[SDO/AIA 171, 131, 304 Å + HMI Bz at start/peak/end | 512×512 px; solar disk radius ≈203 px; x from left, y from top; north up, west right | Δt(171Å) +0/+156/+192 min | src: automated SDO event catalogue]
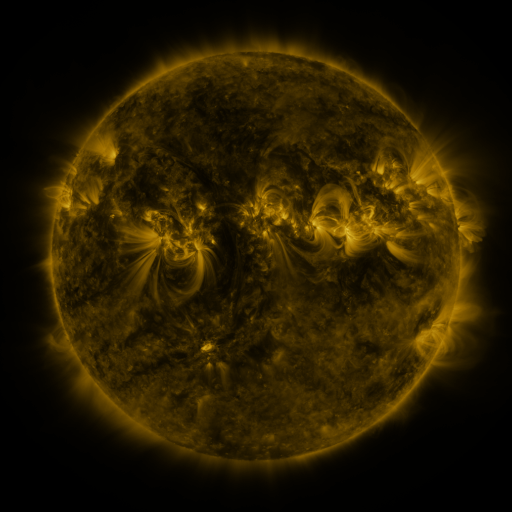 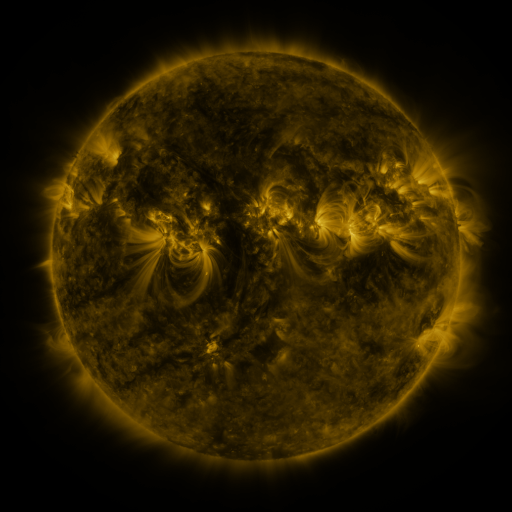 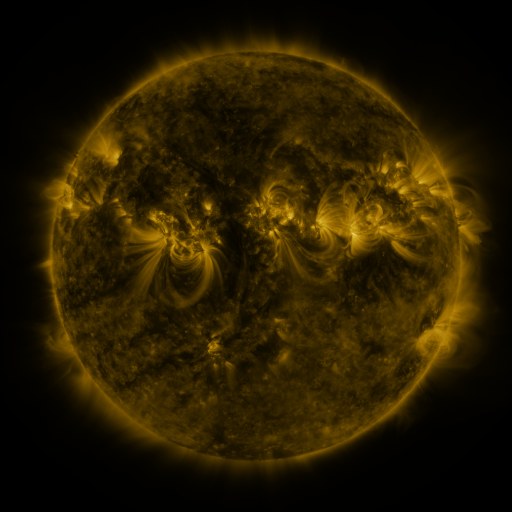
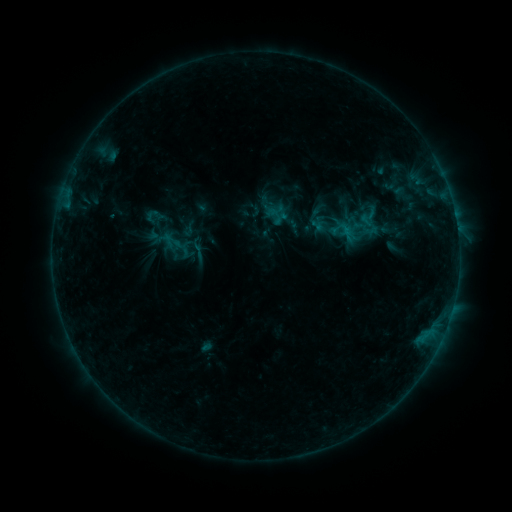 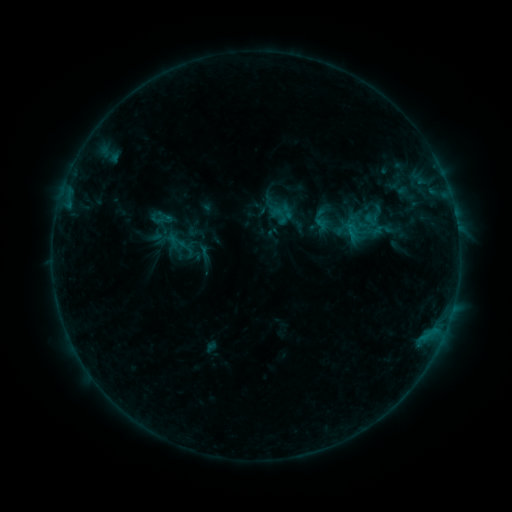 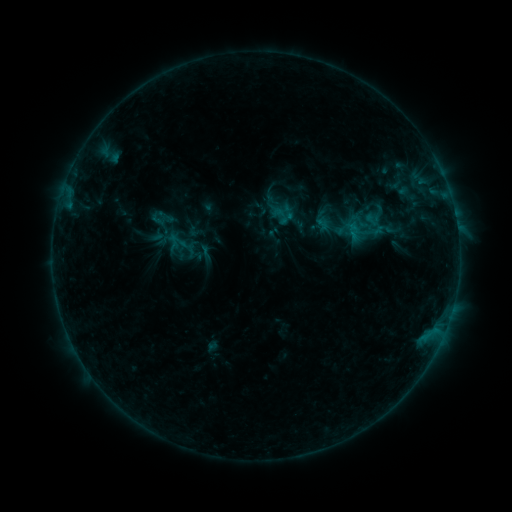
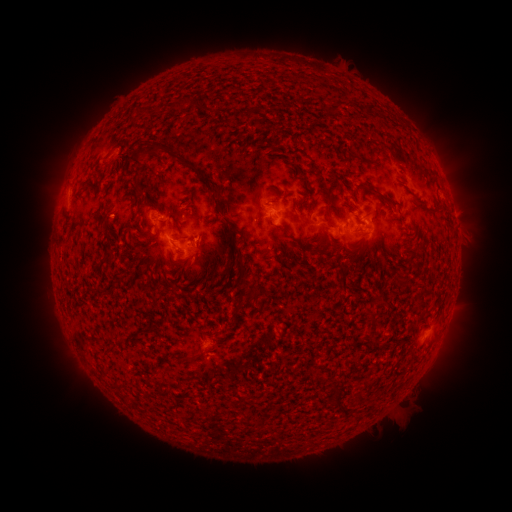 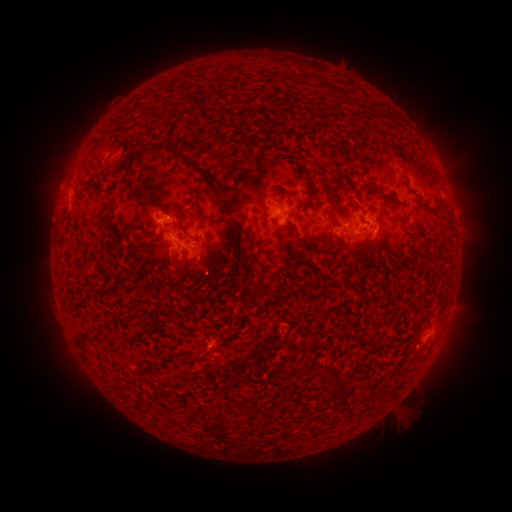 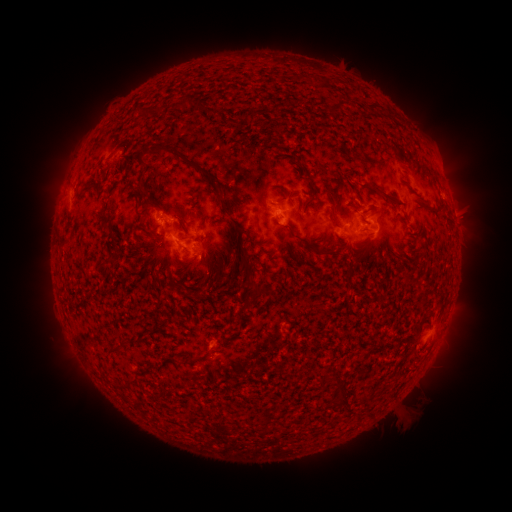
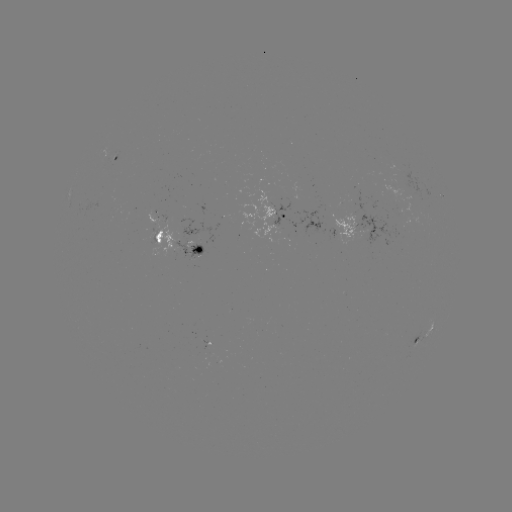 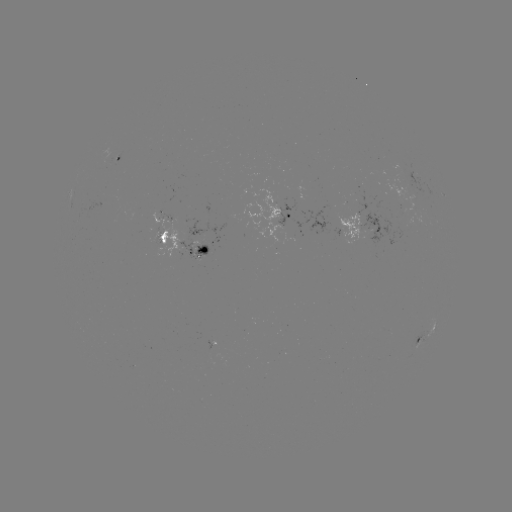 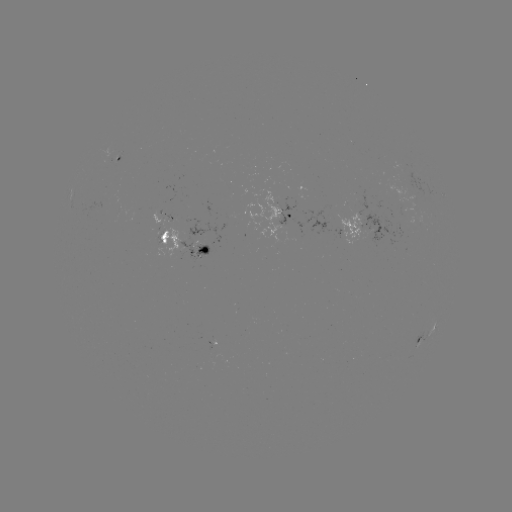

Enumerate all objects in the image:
emerging-flux region: (212, 353)
